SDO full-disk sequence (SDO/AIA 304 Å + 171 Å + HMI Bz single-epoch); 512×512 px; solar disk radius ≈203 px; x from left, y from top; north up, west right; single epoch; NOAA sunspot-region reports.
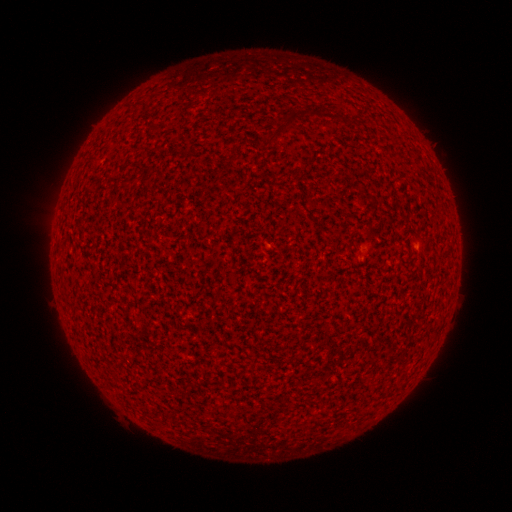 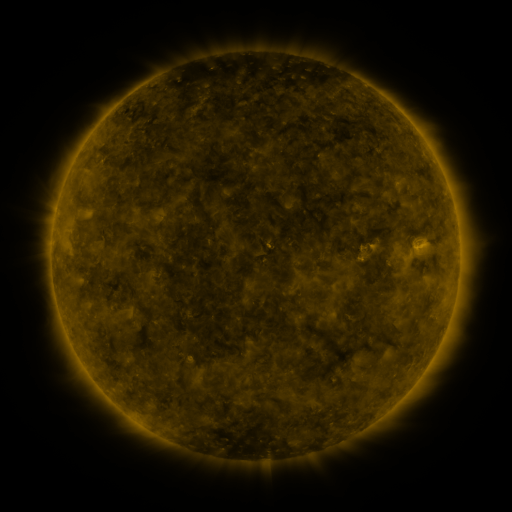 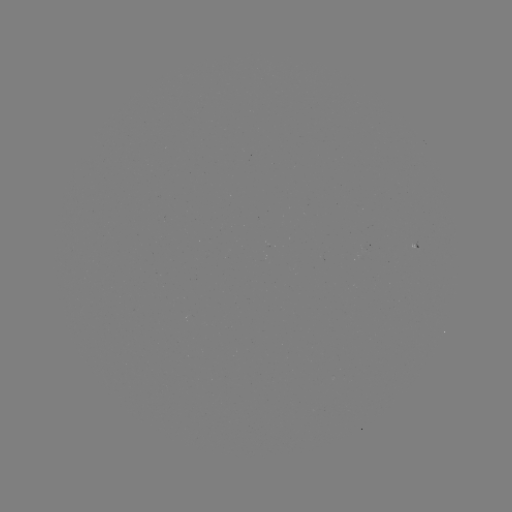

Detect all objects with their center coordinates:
spotted active region: (366, 248)
spotted active region: (416, 250)
